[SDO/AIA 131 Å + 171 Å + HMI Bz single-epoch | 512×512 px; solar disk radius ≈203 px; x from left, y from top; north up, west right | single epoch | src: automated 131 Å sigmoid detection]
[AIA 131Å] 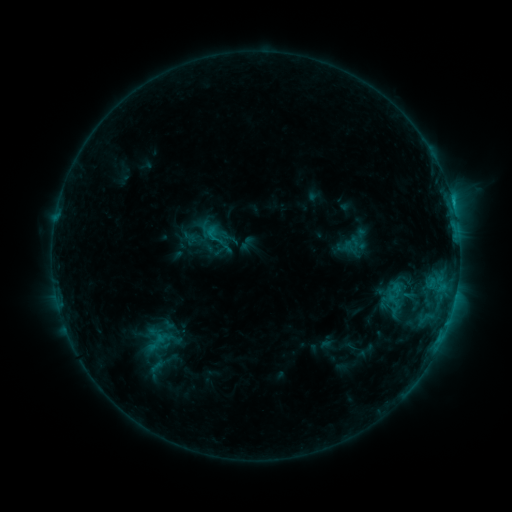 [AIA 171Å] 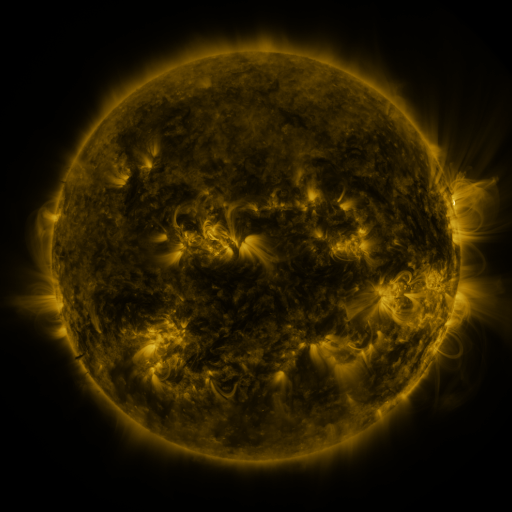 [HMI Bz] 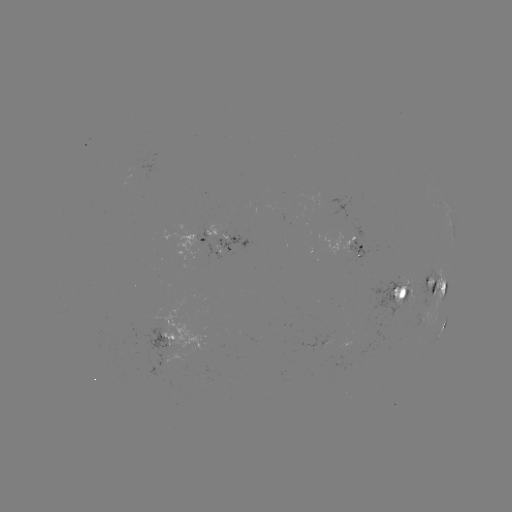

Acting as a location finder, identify sigmoid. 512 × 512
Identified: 397,294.